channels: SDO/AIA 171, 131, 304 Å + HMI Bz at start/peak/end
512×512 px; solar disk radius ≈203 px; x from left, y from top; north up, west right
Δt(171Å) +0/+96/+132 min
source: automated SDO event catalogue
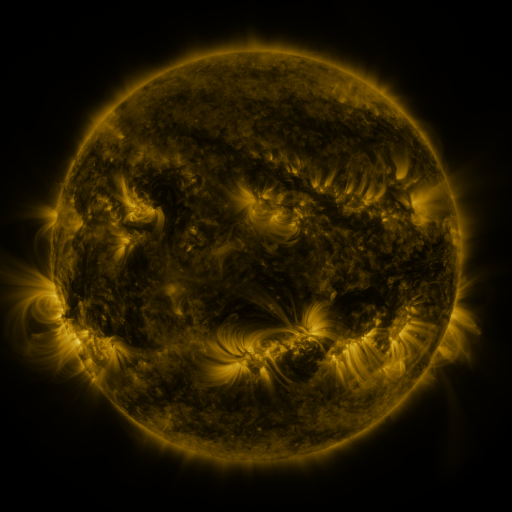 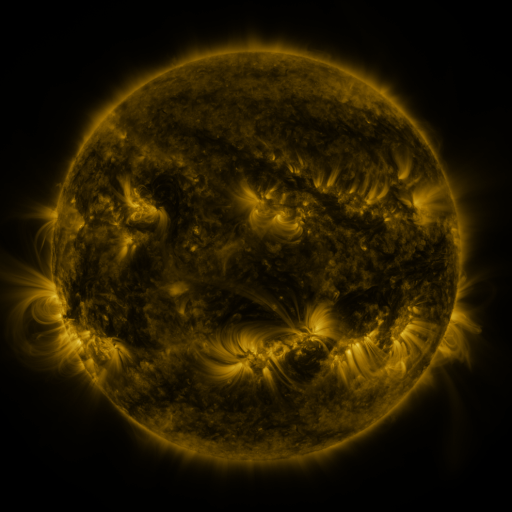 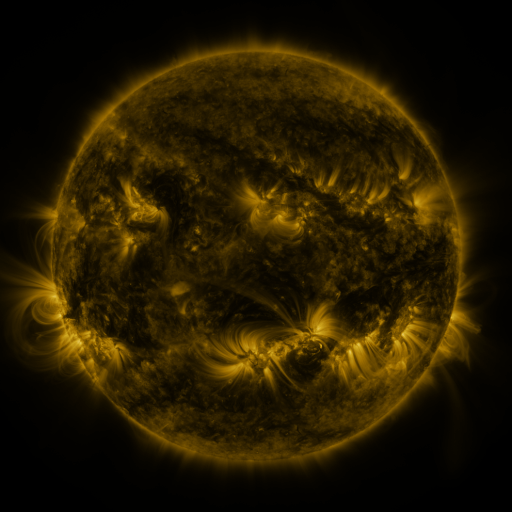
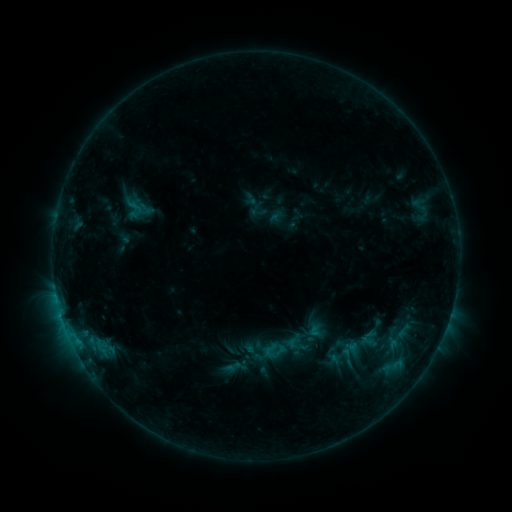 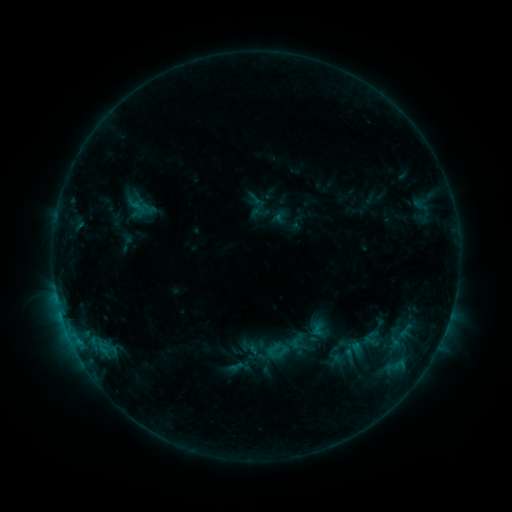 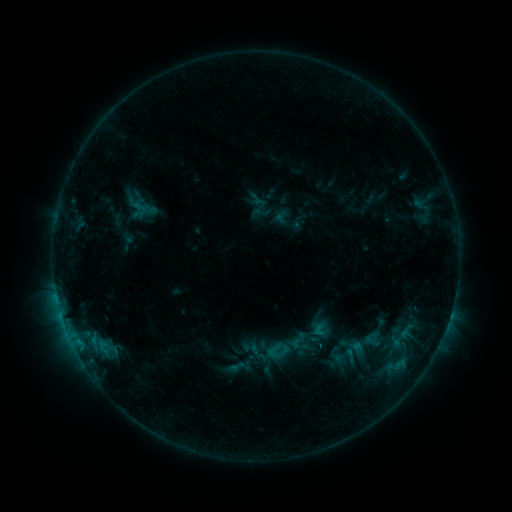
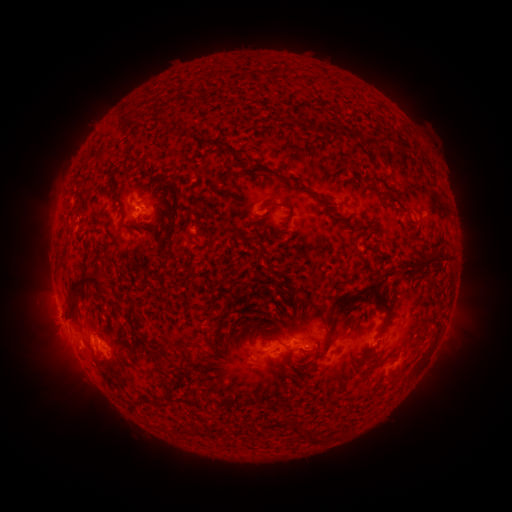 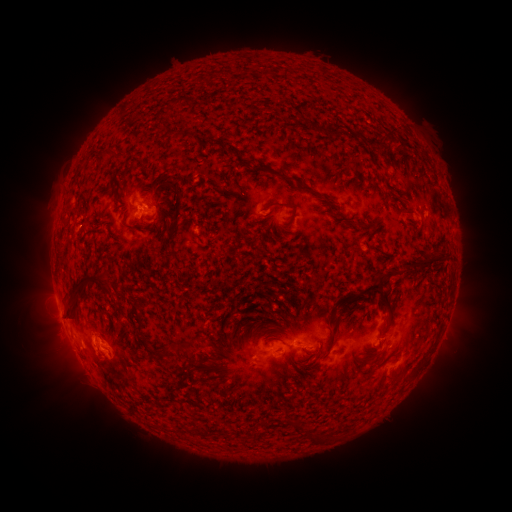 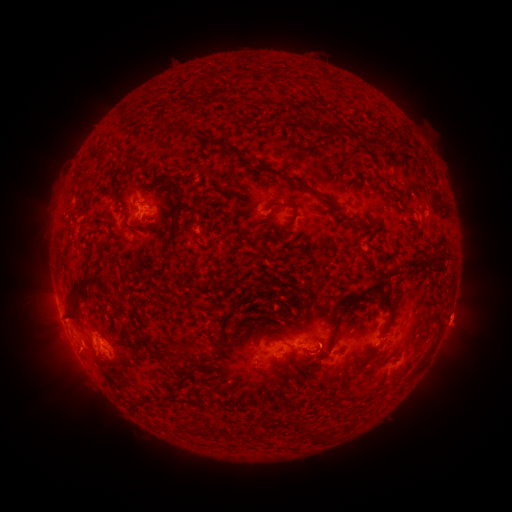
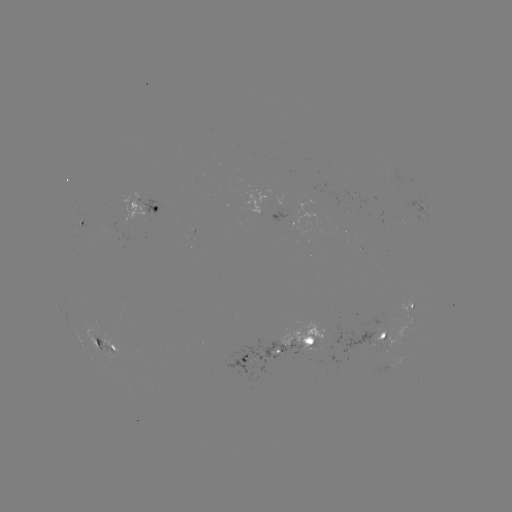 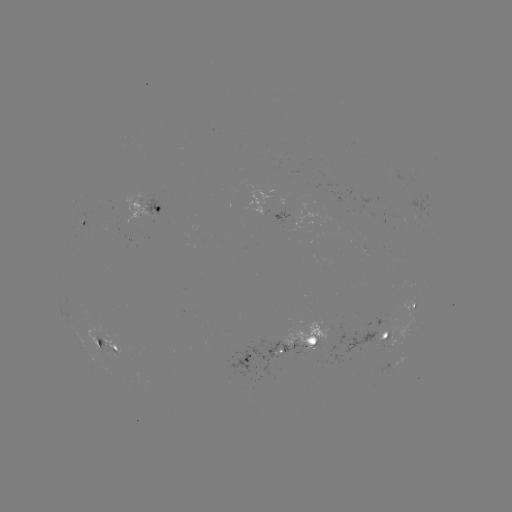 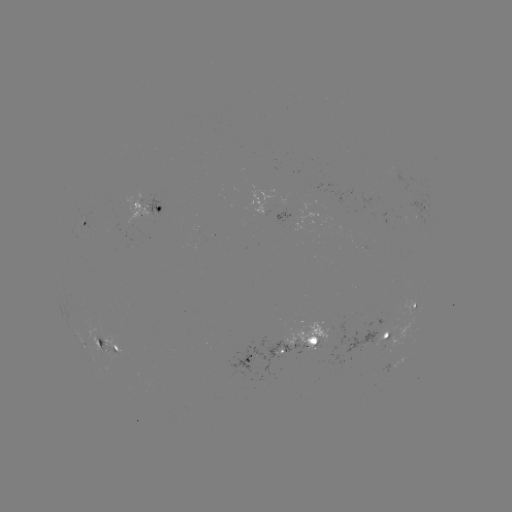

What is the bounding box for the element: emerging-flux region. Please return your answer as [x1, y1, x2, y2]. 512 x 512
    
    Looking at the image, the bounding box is [123, 193, 146, 224].